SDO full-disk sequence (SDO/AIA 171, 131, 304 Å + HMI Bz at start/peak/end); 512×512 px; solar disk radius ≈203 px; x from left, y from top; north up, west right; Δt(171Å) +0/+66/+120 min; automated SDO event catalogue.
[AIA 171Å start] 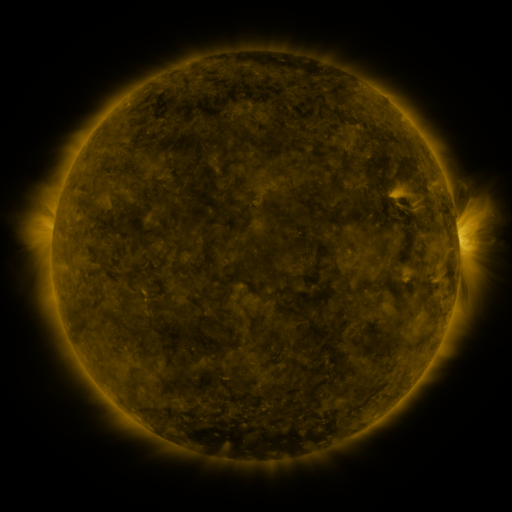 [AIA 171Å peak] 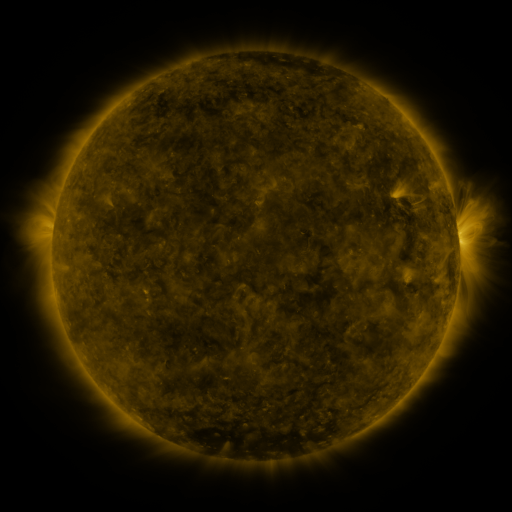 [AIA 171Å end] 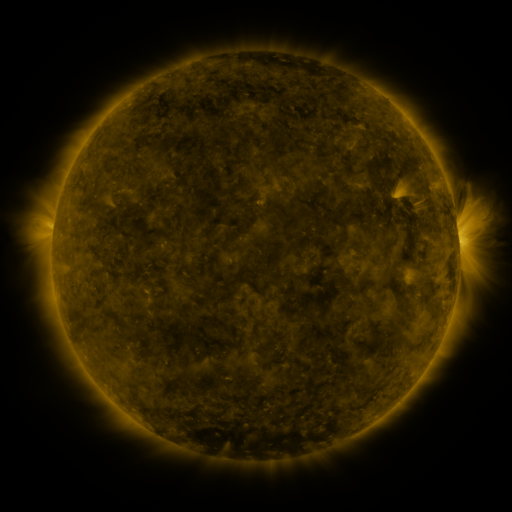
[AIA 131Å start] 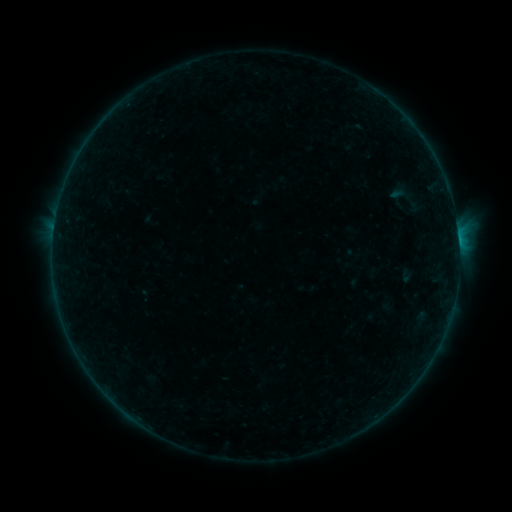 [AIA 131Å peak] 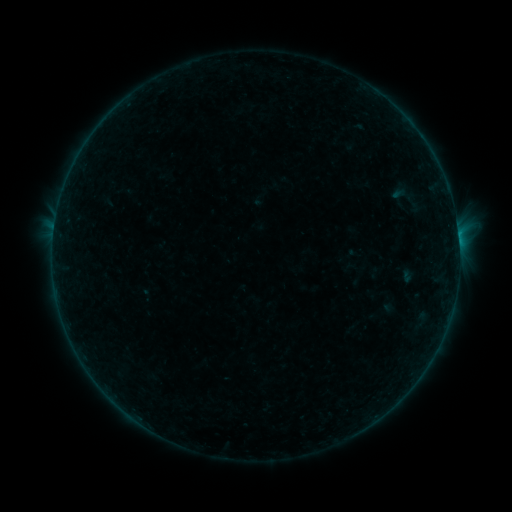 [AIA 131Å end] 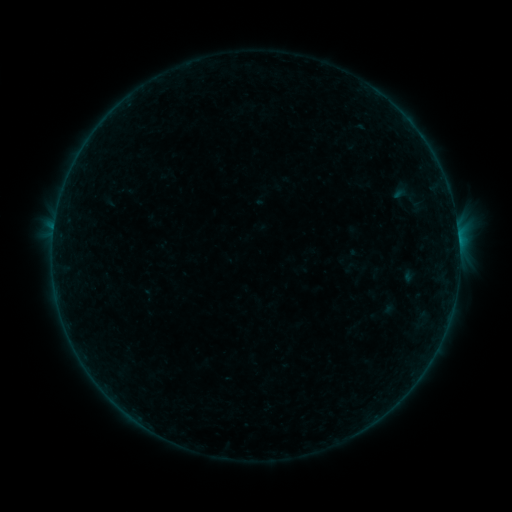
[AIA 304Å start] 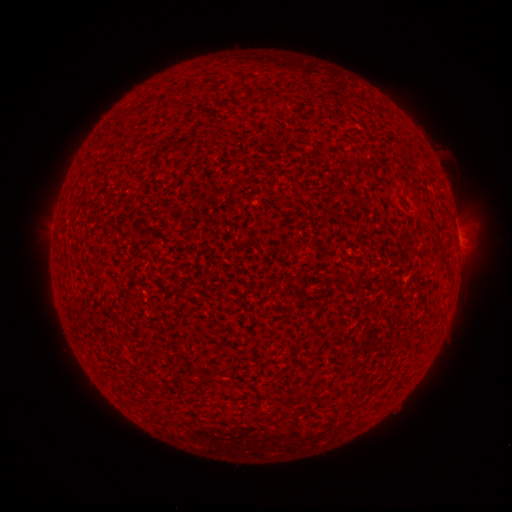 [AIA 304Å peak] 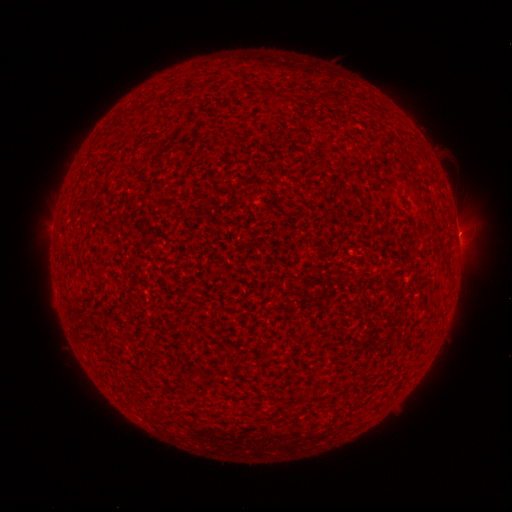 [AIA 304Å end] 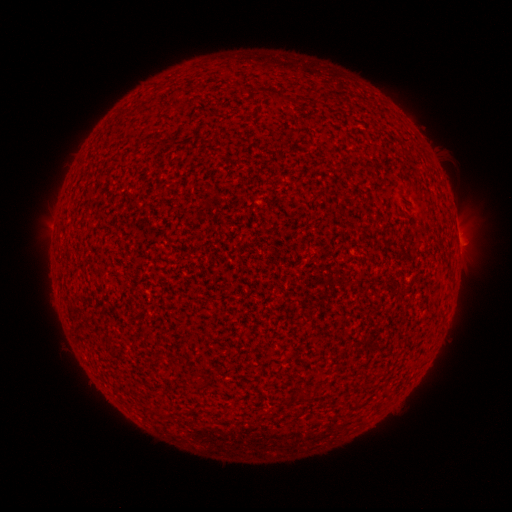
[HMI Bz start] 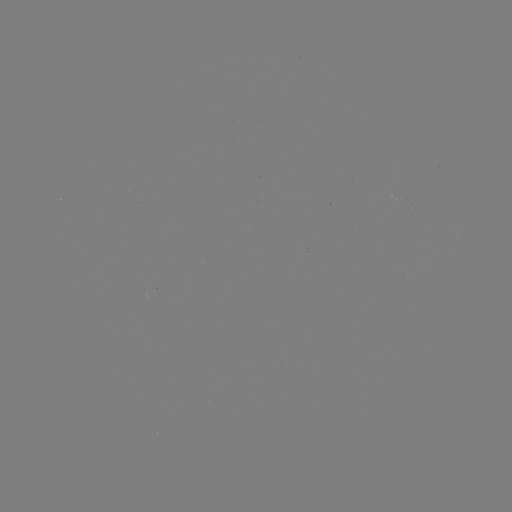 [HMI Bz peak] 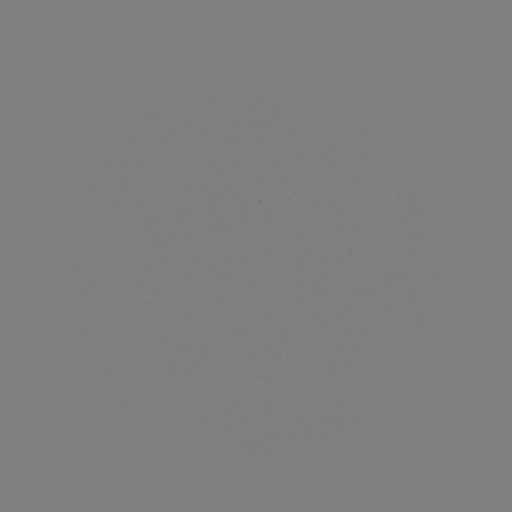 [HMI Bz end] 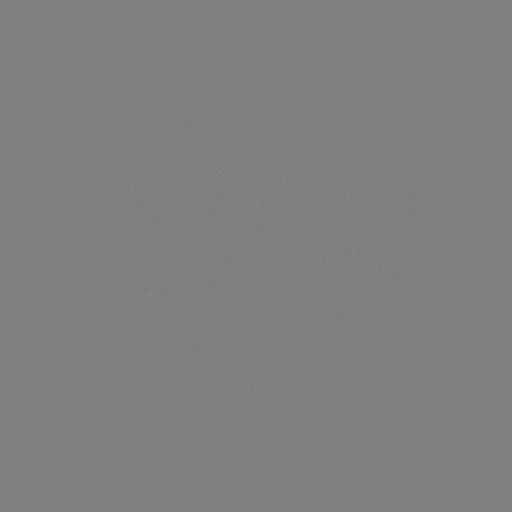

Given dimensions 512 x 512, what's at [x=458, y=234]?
B1.3 flare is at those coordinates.